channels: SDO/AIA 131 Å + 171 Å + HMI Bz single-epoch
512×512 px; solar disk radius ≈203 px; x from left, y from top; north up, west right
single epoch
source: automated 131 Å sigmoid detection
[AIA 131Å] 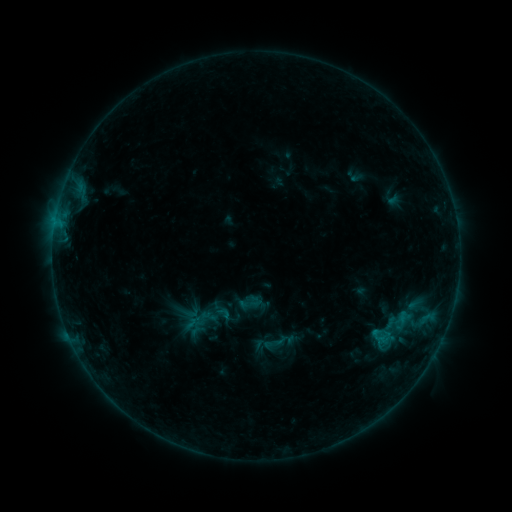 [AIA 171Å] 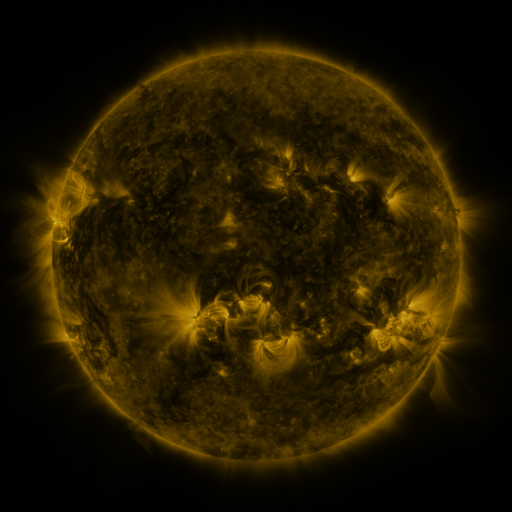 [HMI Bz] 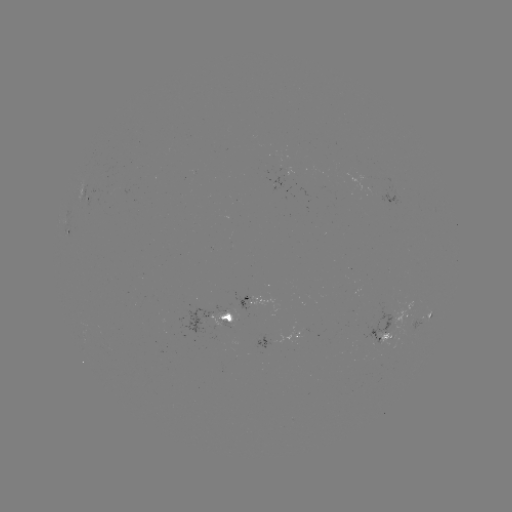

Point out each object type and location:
sigmoid: [237, 293, 259, 315]
